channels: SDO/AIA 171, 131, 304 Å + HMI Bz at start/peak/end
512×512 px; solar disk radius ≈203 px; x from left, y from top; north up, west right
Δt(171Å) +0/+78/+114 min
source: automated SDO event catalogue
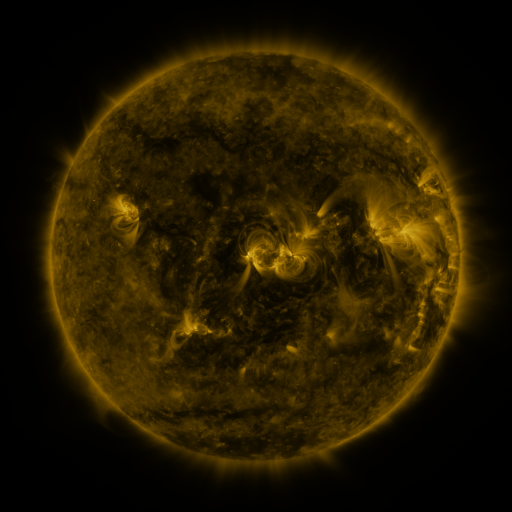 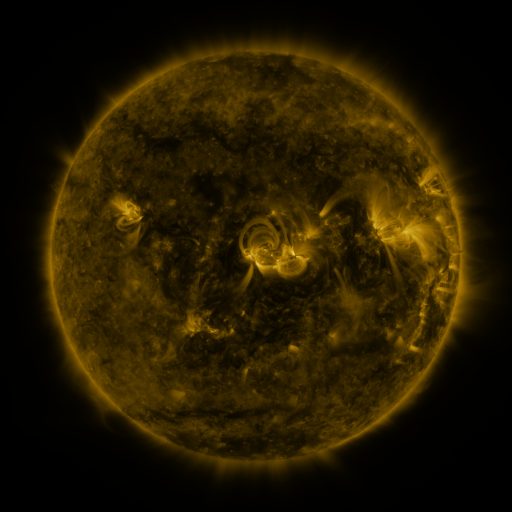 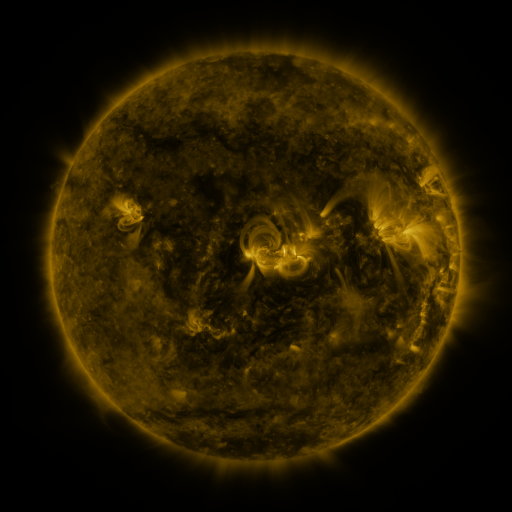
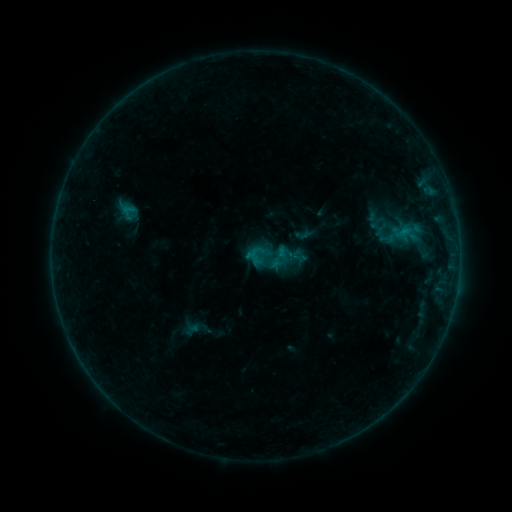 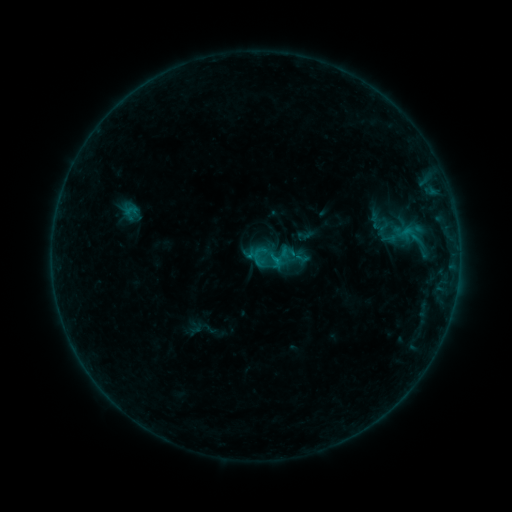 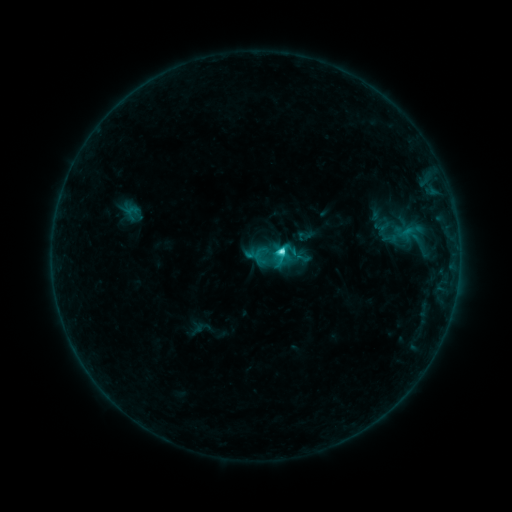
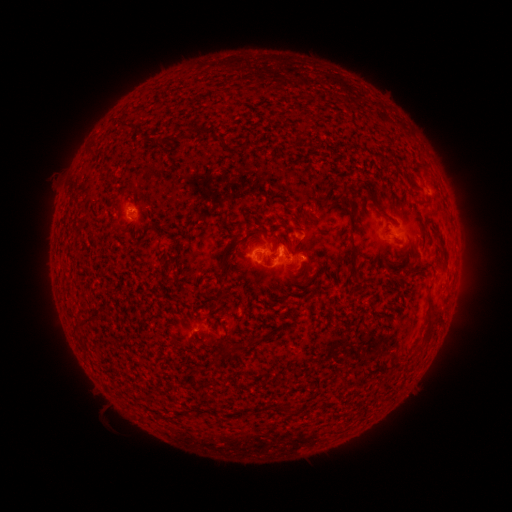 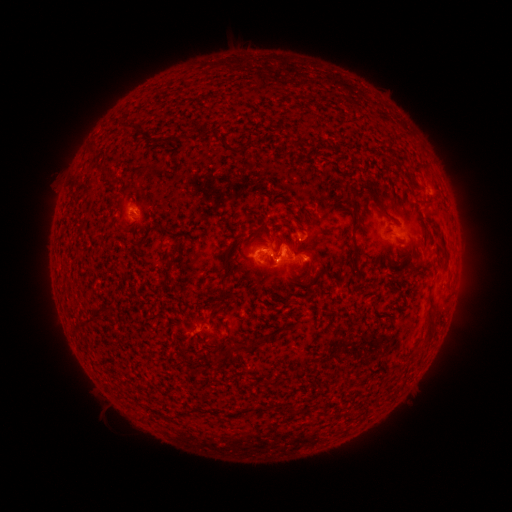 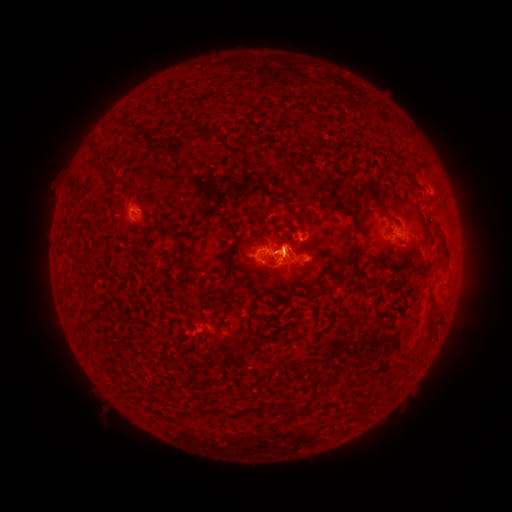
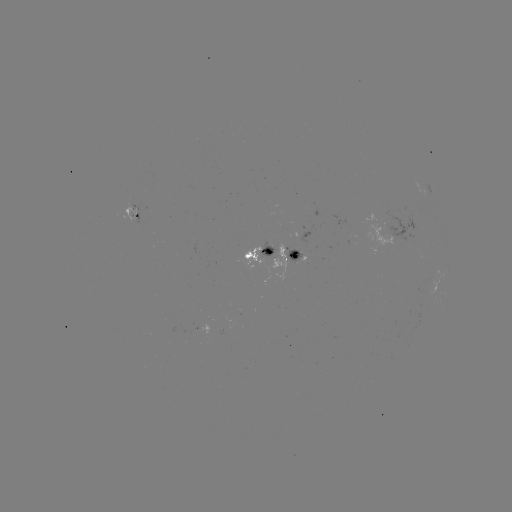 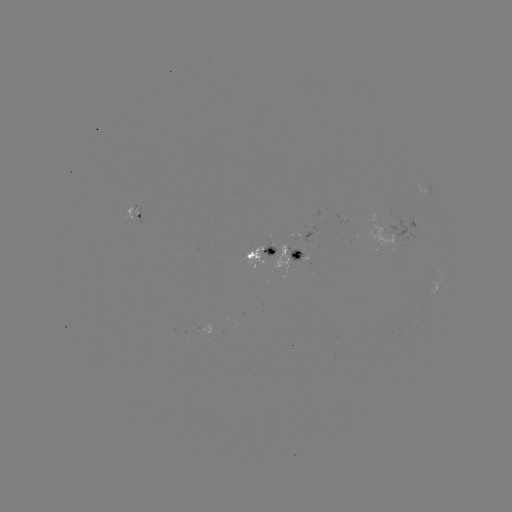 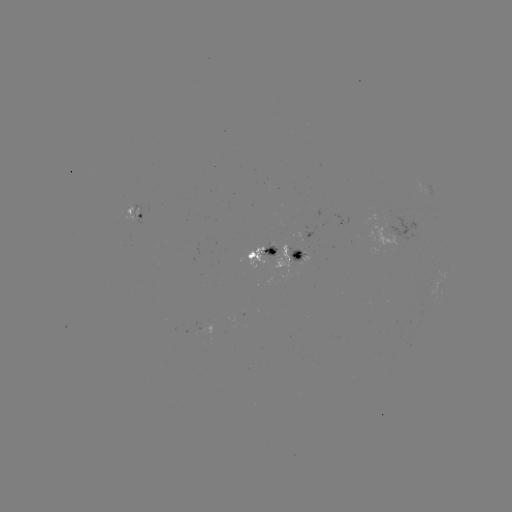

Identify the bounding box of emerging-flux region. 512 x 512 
[262, 238, 276, 254].